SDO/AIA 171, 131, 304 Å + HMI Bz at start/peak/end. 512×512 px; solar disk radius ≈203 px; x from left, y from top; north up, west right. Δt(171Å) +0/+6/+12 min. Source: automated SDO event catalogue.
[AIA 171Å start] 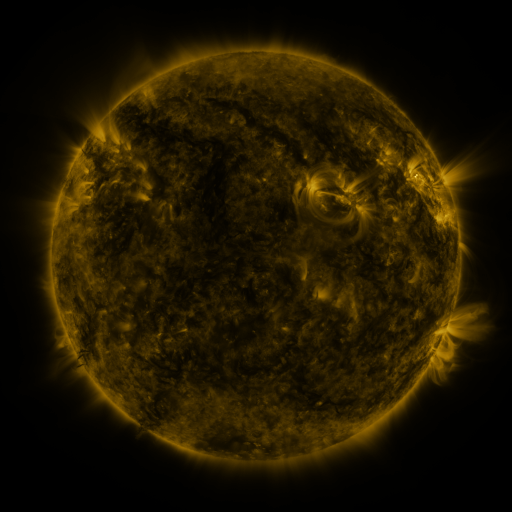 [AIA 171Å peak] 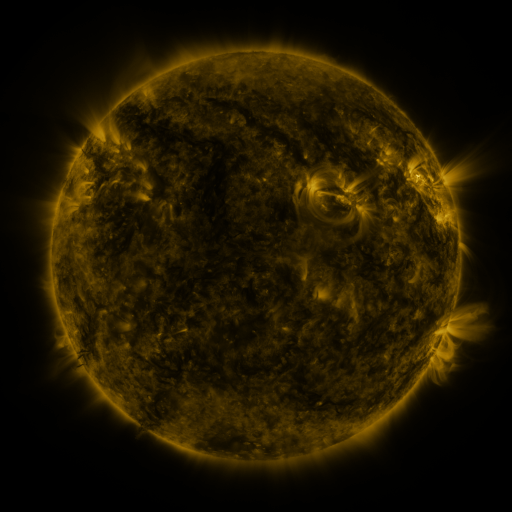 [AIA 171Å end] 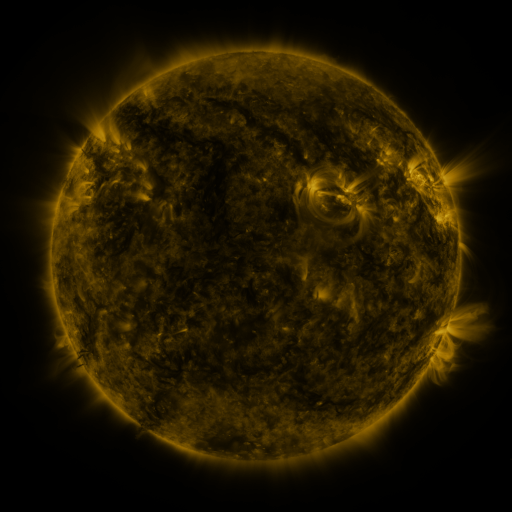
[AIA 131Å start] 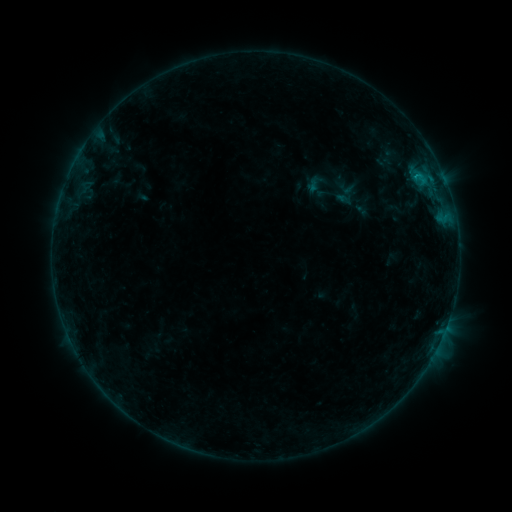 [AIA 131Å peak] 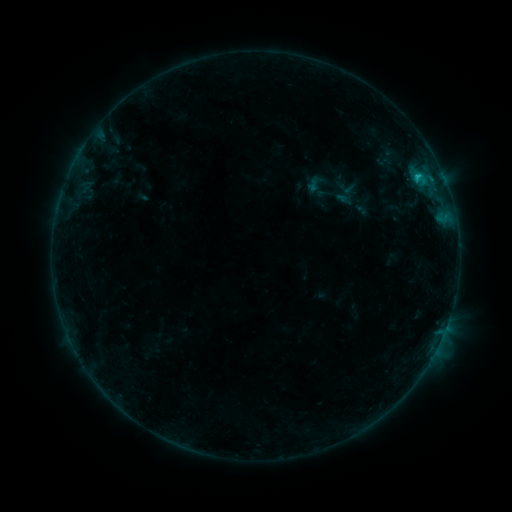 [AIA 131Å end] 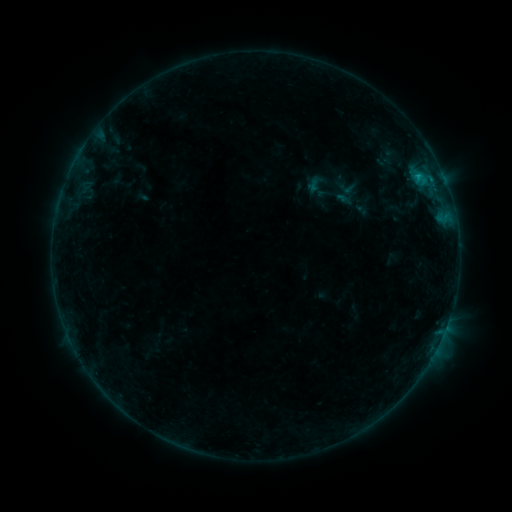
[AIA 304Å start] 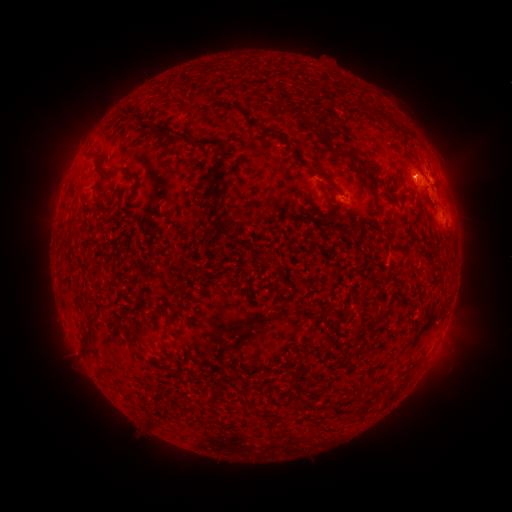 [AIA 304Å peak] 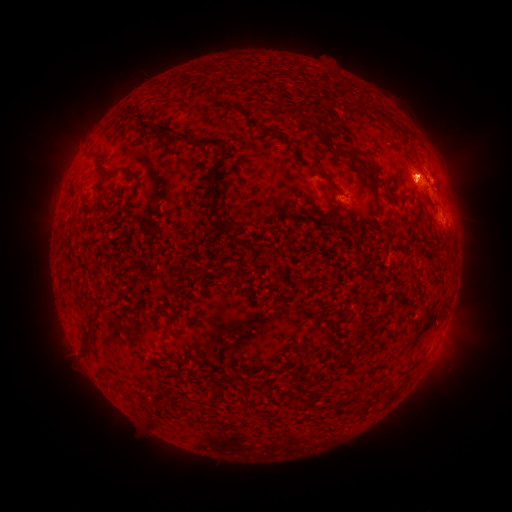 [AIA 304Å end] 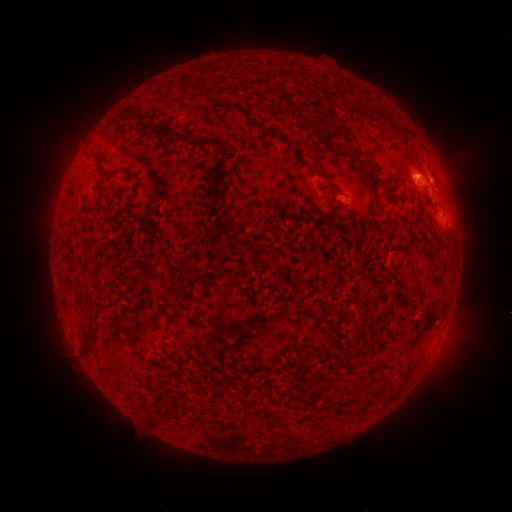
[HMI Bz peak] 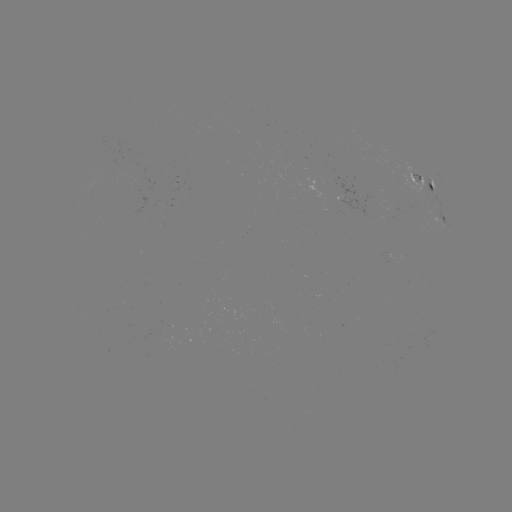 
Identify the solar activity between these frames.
B7.9 flare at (417, 178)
